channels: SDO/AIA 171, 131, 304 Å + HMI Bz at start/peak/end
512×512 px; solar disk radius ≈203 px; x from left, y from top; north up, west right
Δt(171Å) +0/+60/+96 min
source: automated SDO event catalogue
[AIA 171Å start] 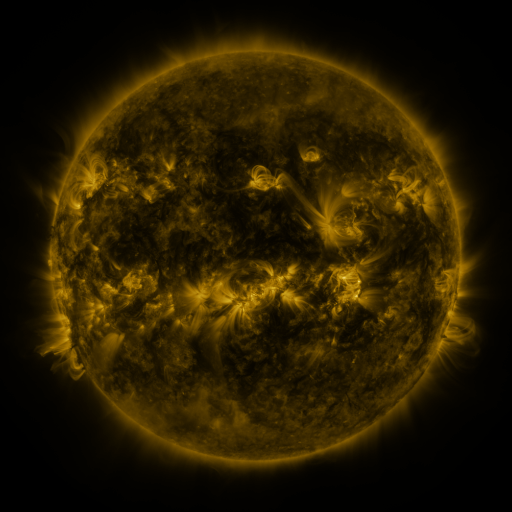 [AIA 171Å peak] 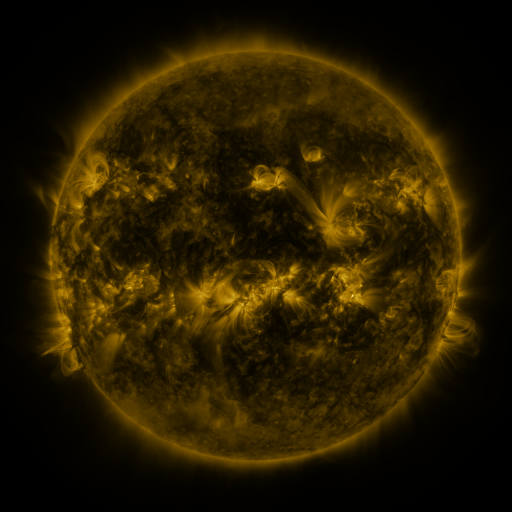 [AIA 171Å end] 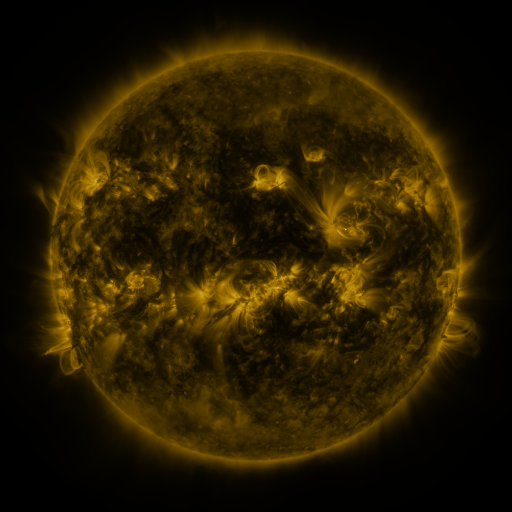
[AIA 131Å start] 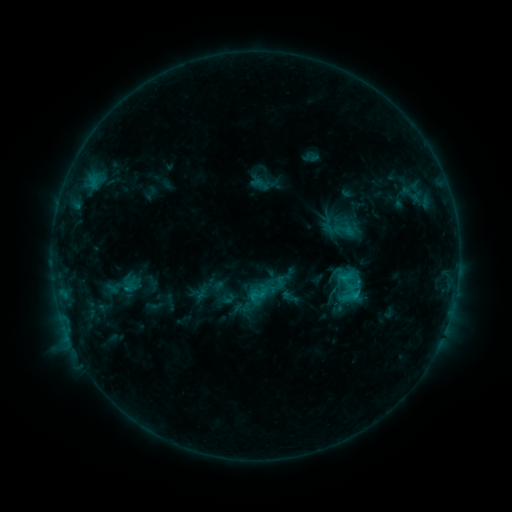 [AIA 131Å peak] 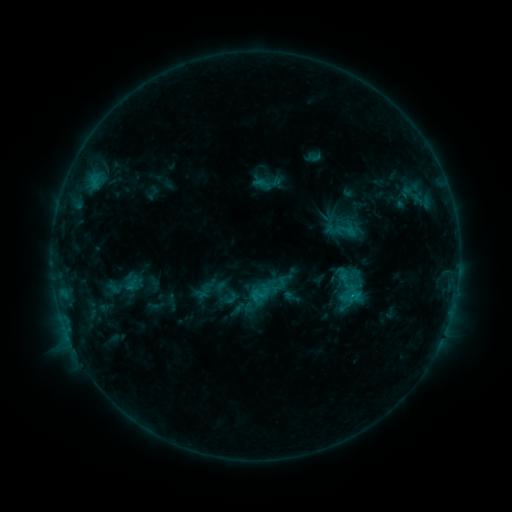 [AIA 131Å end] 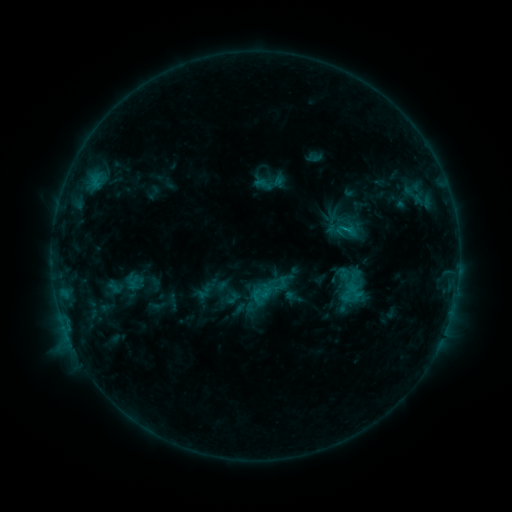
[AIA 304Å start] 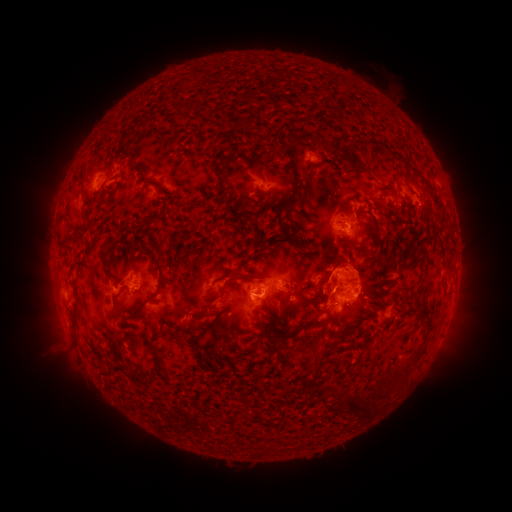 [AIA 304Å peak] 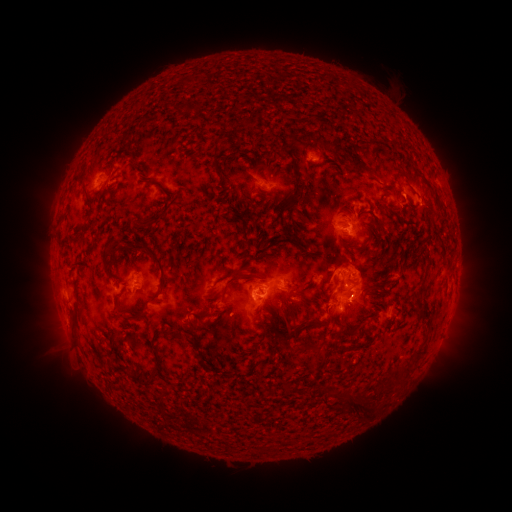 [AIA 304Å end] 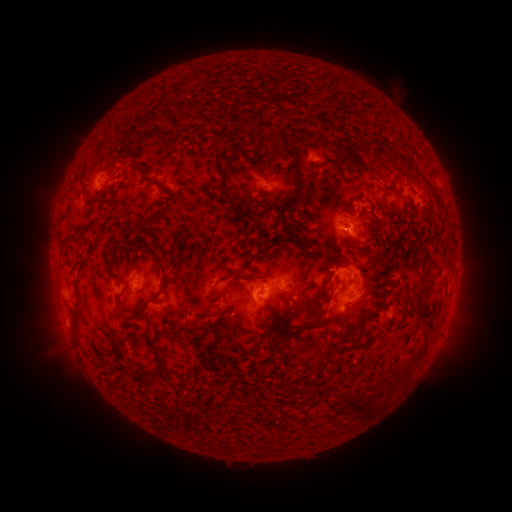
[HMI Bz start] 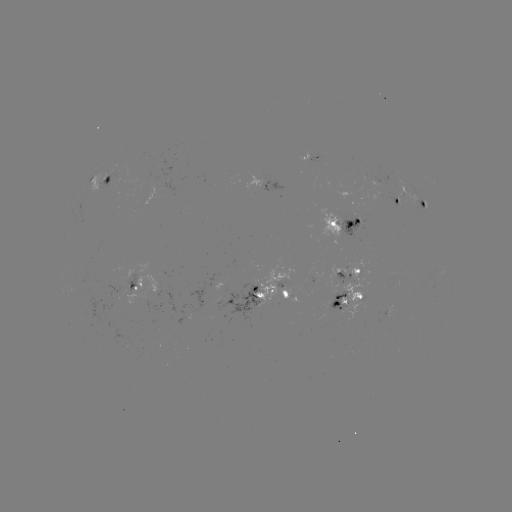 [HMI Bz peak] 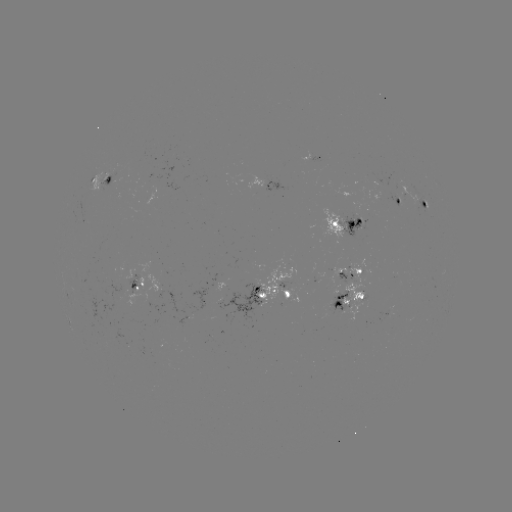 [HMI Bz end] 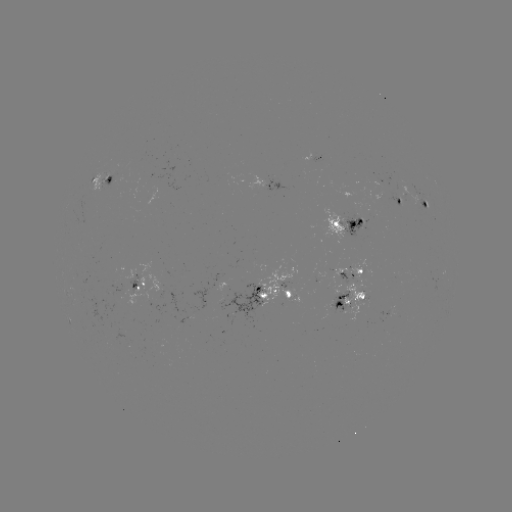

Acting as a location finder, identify emerging-flux region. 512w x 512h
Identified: [335, 300].